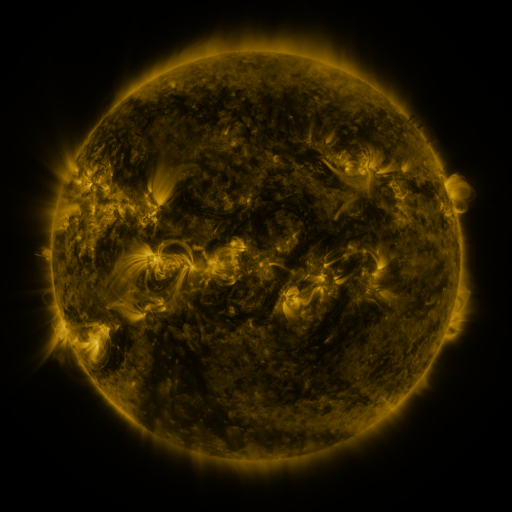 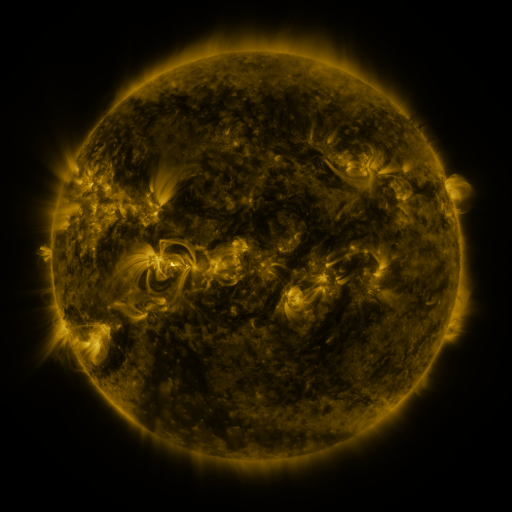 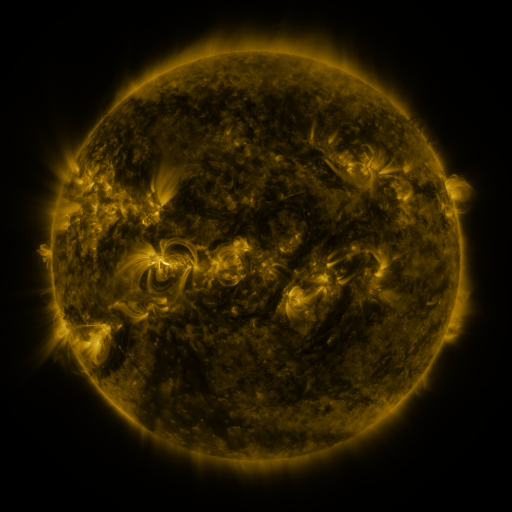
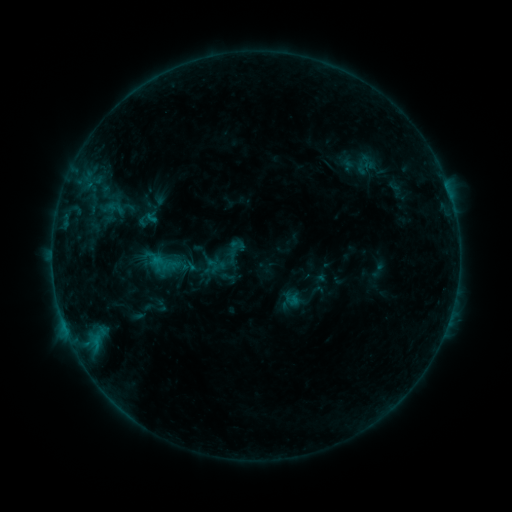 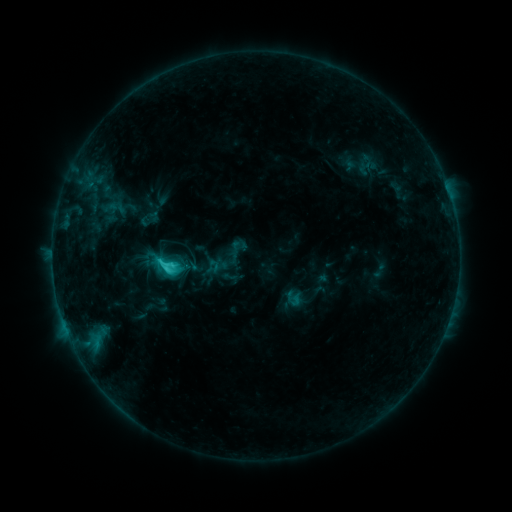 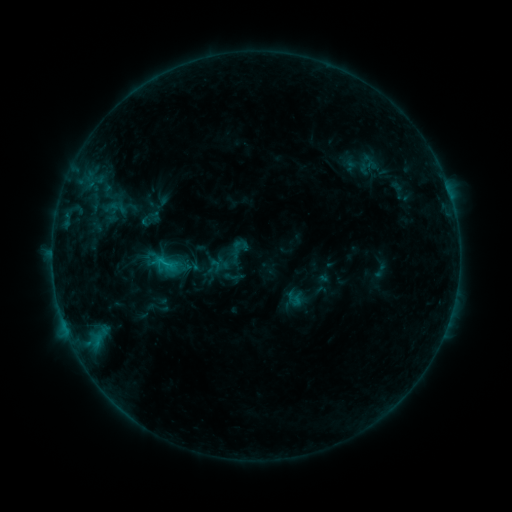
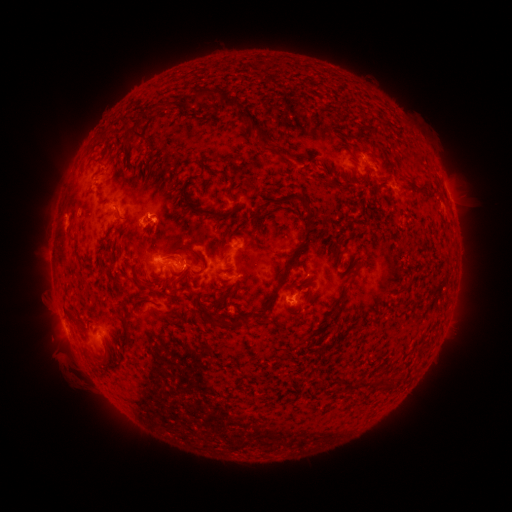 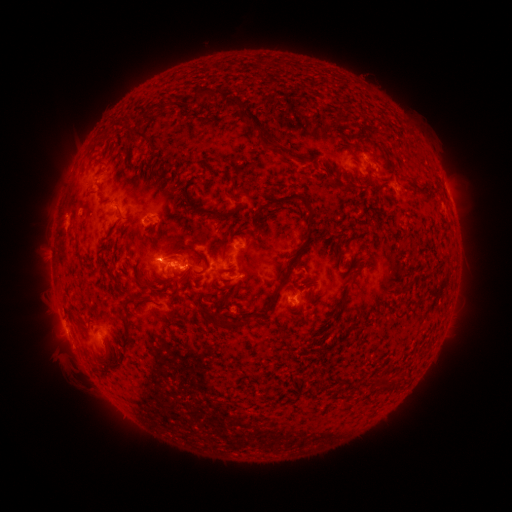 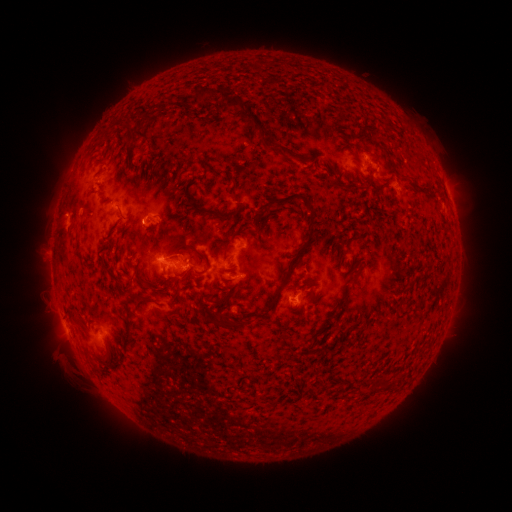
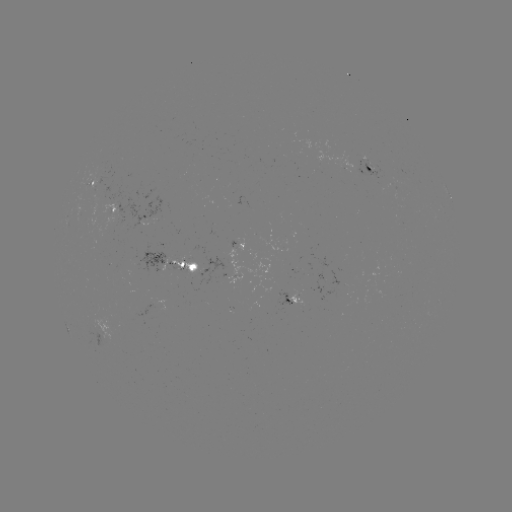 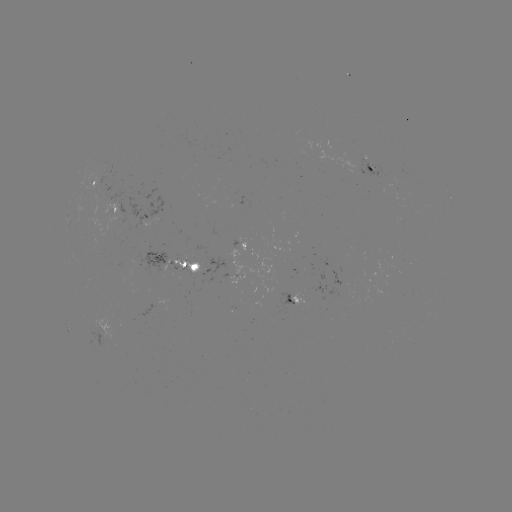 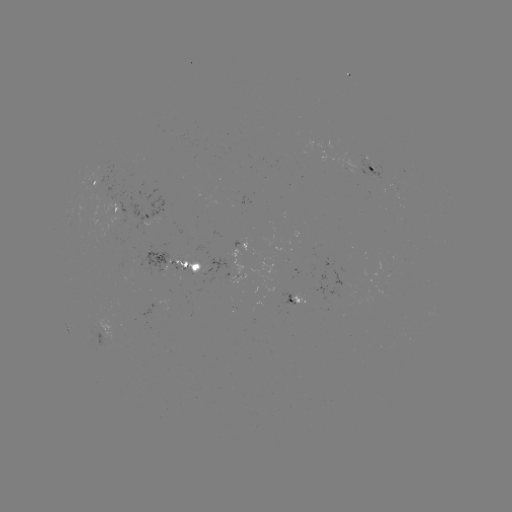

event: emerging-flux region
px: (237, 277)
